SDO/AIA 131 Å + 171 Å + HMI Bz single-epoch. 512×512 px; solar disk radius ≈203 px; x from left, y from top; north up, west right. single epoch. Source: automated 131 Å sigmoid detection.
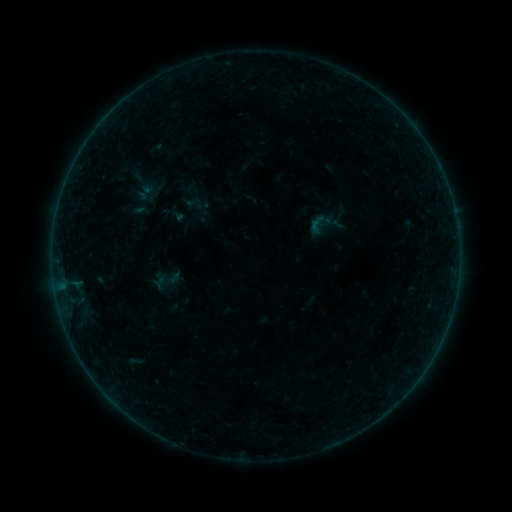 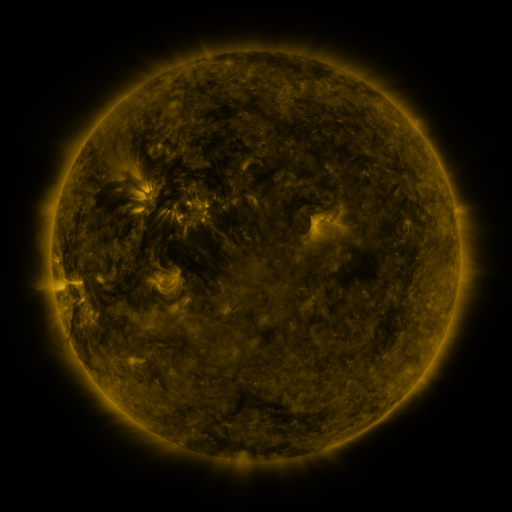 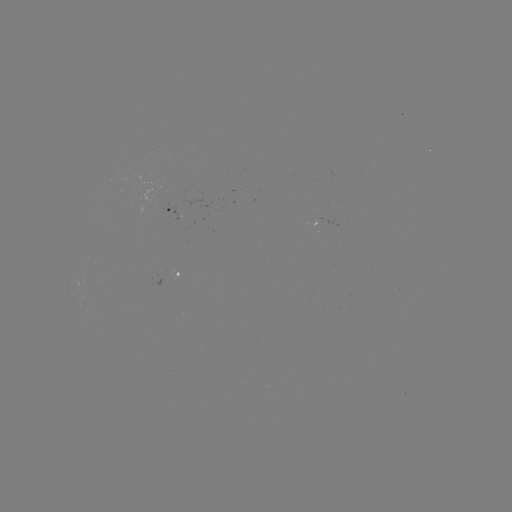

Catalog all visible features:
sigmoid: (184, 193, 204, 213)
